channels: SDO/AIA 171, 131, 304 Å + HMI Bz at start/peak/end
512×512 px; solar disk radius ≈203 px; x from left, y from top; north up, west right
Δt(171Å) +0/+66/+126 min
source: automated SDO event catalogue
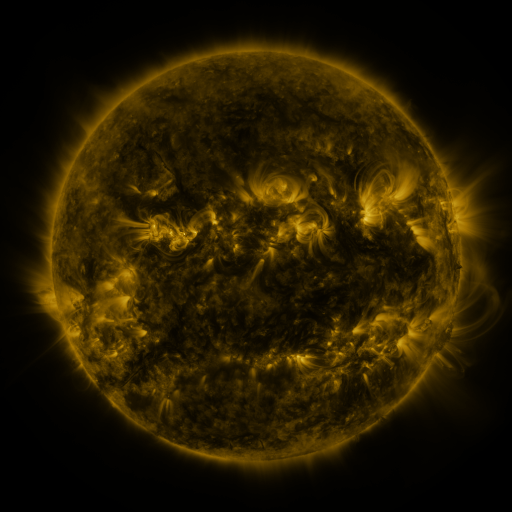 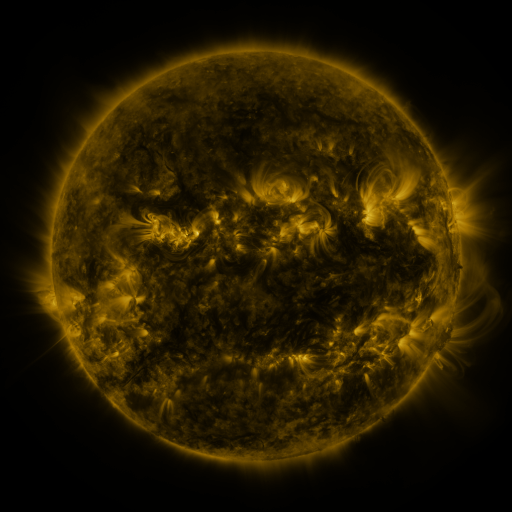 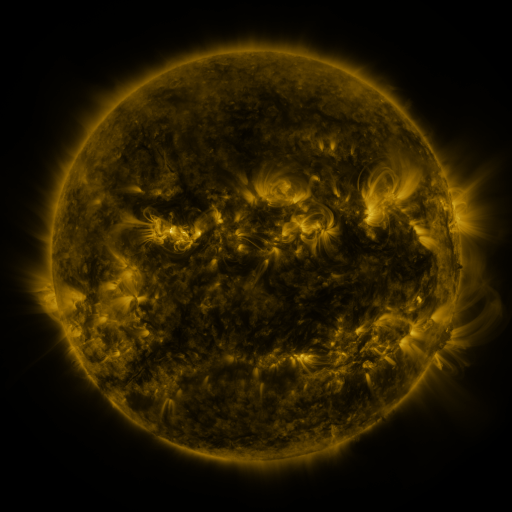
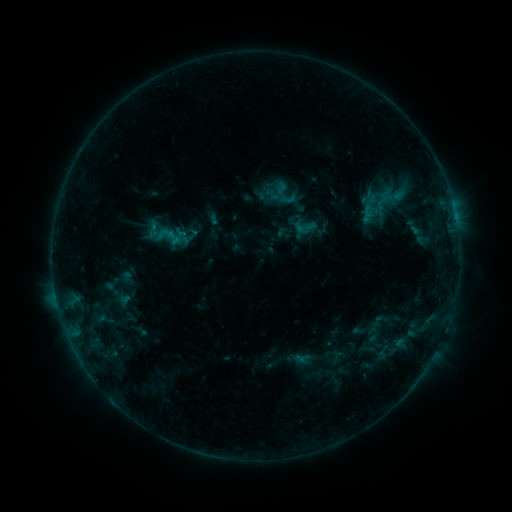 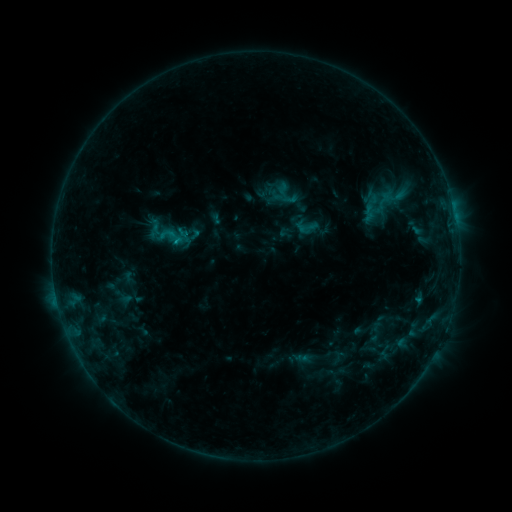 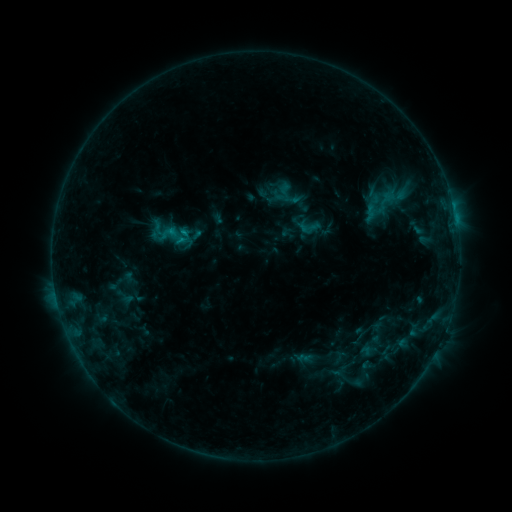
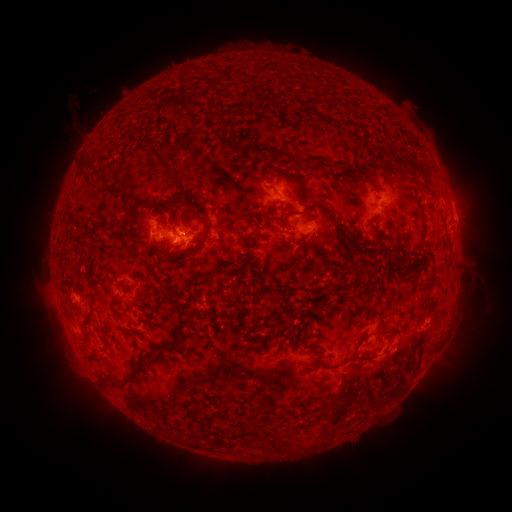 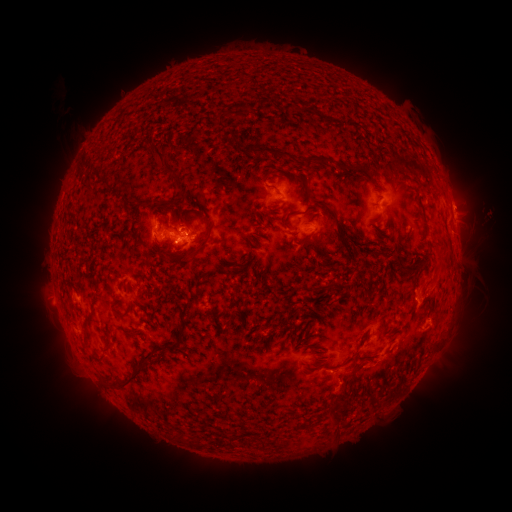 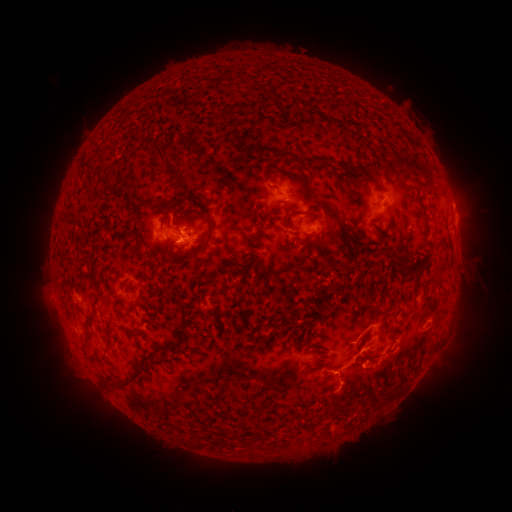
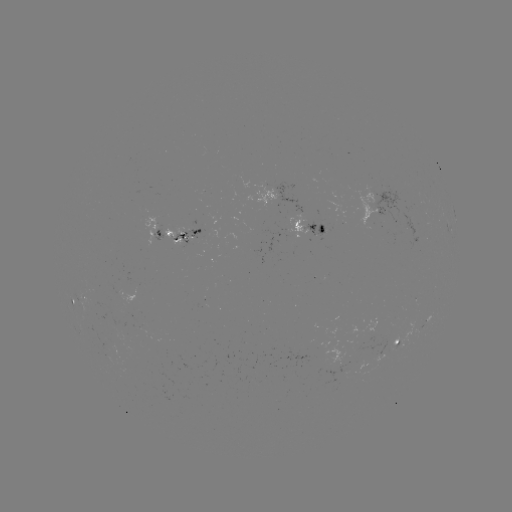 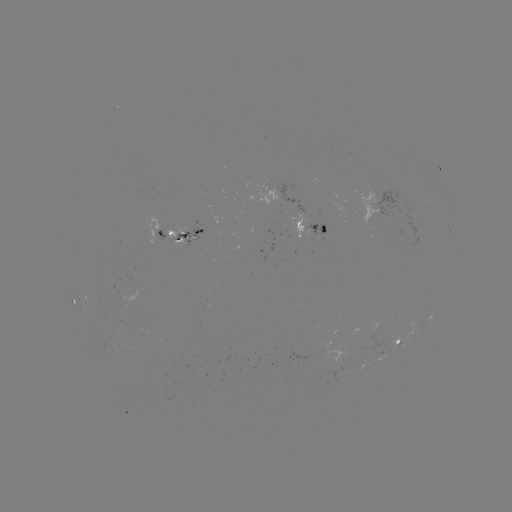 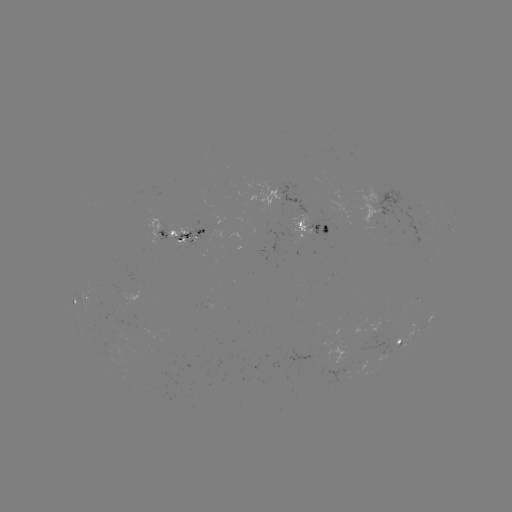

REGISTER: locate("filament eruption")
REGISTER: (450, 258)